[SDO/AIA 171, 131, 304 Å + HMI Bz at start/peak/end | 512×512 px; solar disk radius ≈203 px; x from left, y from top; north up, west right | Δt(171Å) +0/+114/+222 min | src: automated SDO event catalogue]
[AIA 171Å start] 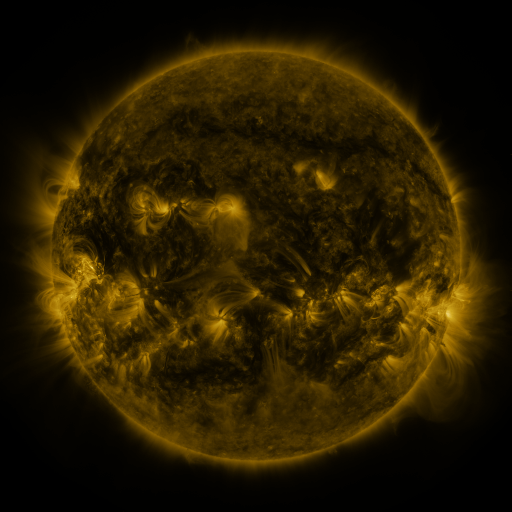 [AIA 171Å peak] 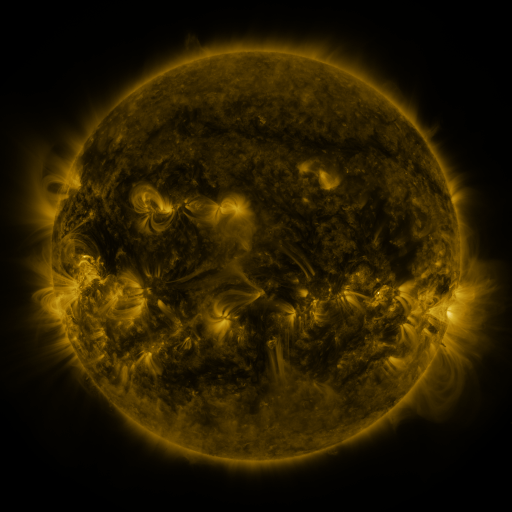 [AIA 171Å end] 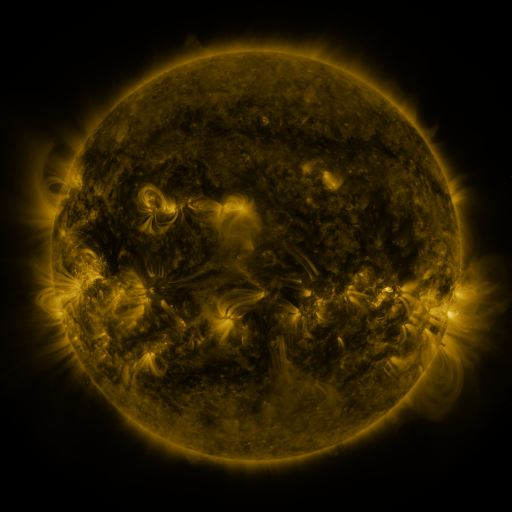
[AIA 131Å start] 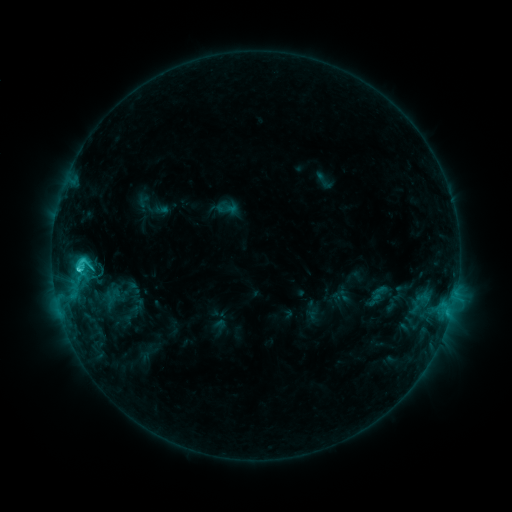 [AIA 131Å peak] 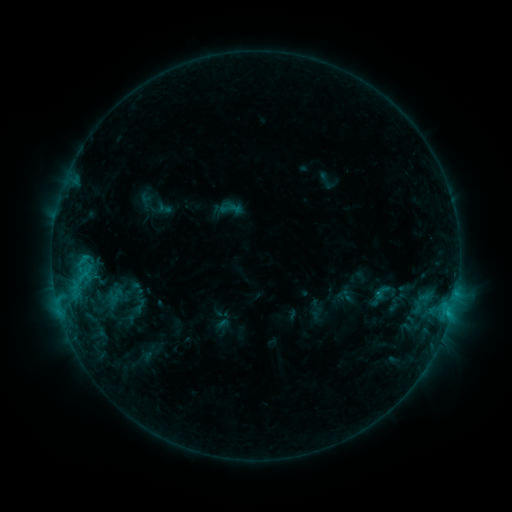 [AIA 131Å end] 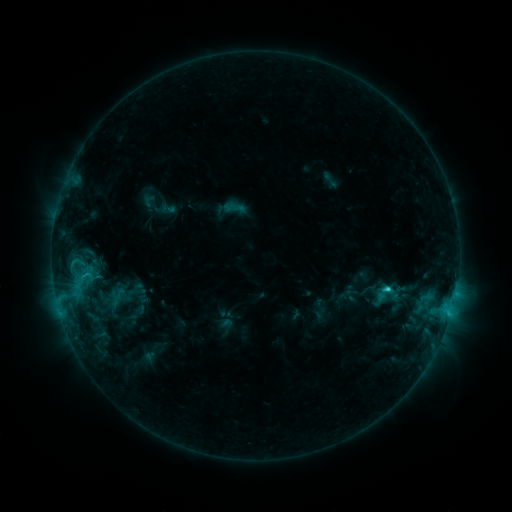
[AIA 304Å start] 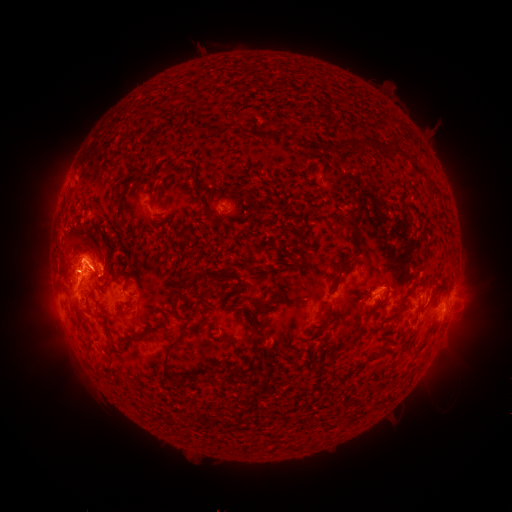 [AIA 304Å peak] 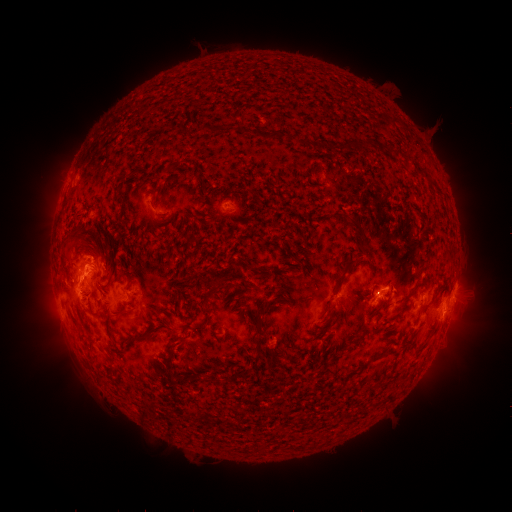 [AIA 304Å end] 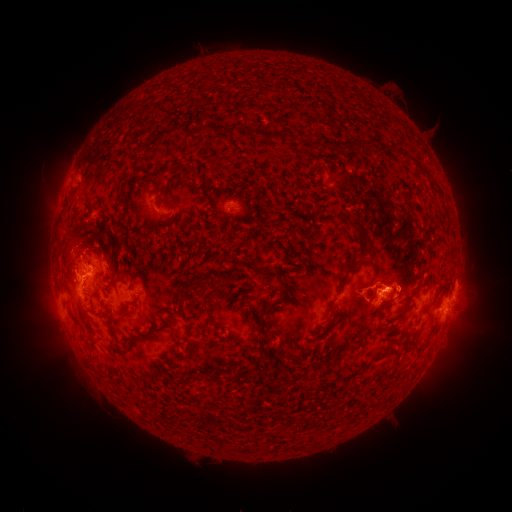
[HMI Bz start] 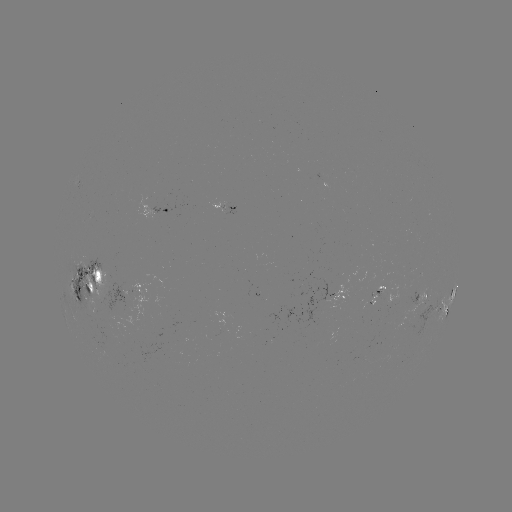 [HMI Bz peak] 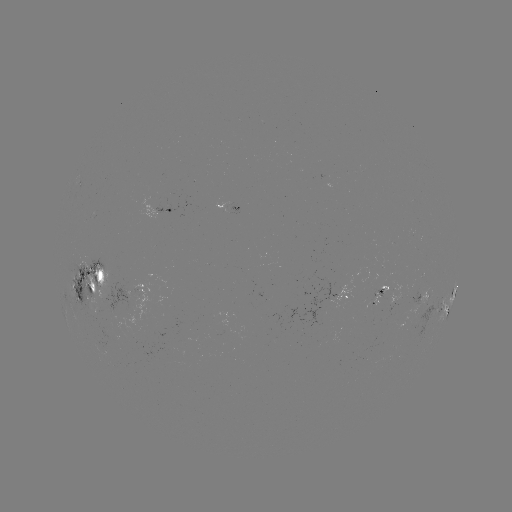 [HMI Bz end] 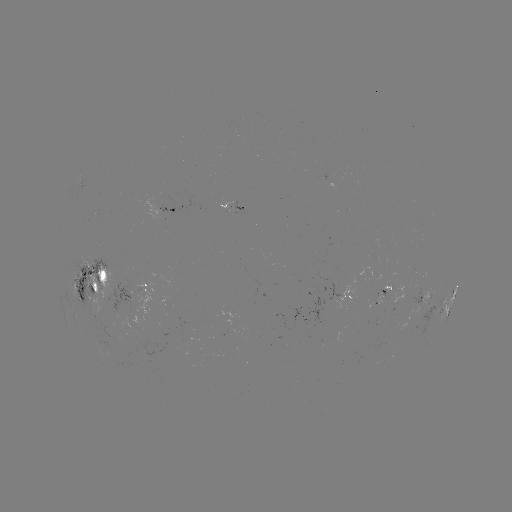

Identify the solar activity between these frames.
filament eruption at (177, 388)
